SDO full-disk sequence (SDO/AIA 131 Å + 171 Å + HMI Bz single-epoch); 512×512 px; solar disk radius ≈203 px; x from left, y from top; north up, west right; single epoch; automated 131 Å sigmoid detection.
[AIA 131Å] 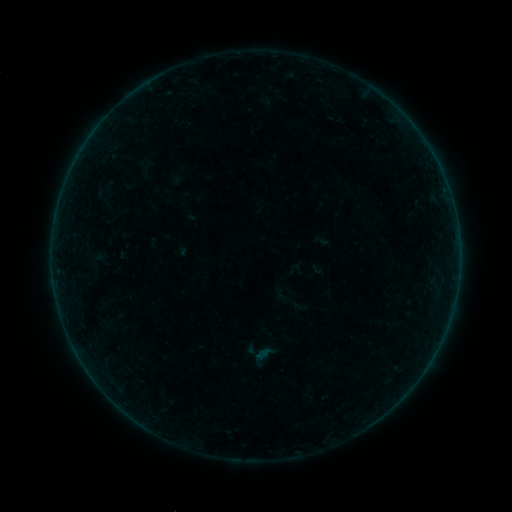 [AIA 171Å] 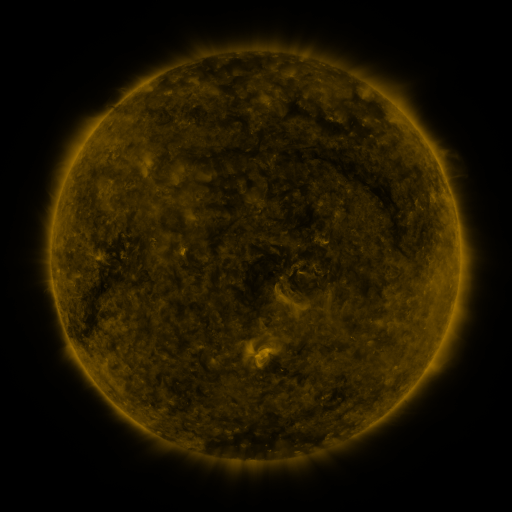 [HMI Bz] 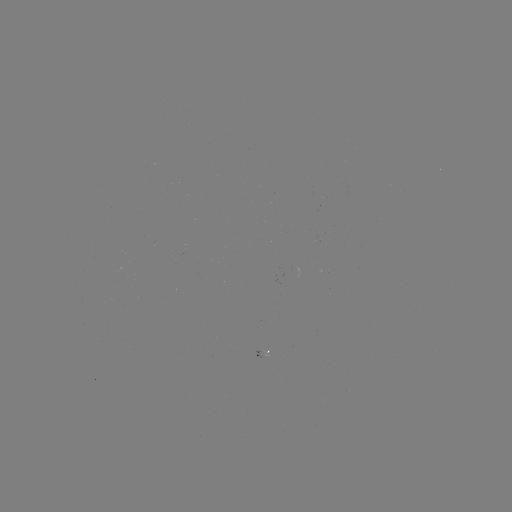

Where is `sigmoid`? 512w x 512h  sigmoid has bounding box [272, 283, 294, 306].